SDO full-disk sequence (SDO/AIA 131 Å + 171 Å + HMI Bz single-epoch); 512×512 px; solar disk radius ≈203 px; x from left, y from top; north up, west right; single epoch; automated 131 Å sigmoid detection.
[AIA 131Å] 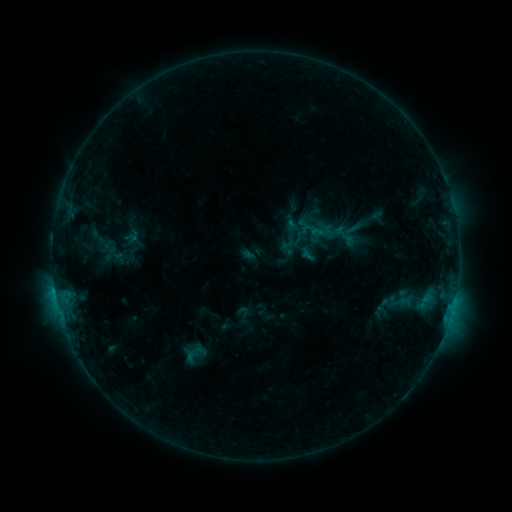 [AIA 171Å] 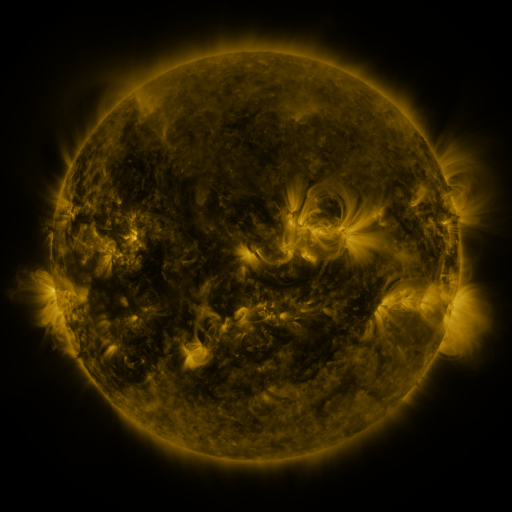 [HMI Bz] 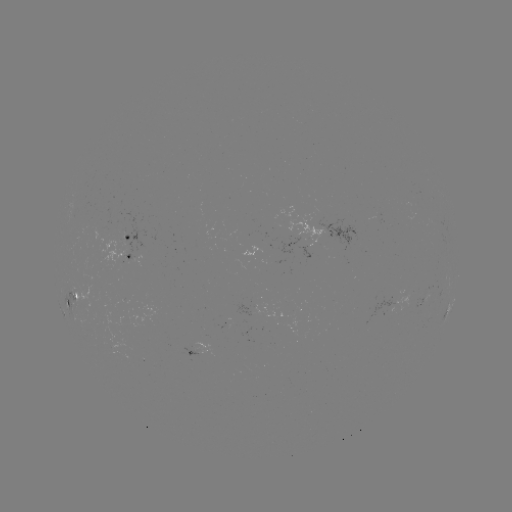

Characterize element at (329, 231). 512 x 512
sigmoid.